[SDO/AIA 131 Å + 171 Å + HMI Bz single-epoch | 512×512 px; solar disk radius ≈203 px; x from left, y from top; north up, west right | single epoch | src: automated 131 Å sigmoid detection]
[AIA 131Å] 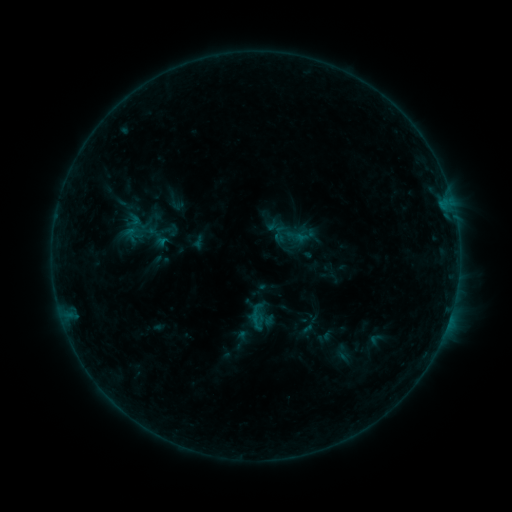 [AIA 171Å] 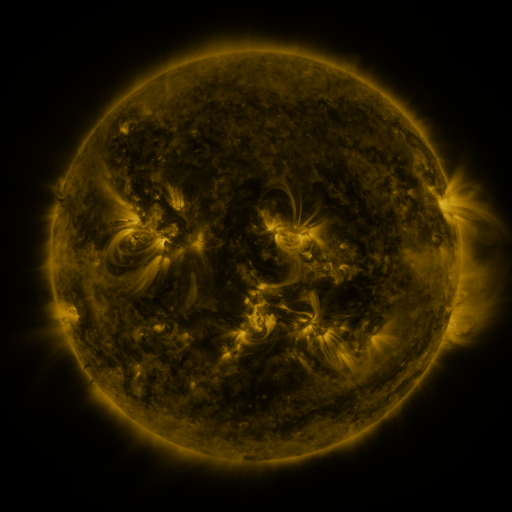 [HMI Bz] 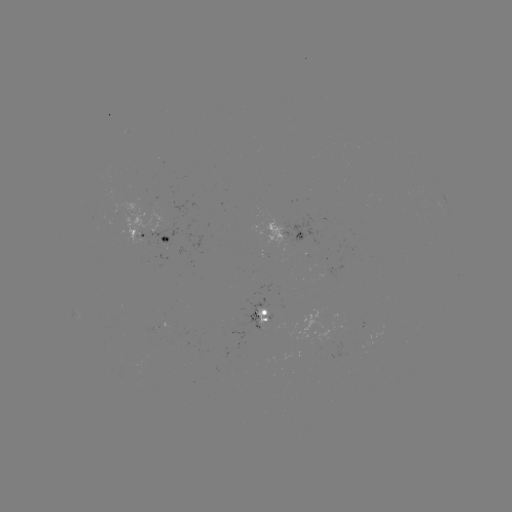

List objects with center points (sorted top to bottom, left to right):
sigmoid: (241, 340)
